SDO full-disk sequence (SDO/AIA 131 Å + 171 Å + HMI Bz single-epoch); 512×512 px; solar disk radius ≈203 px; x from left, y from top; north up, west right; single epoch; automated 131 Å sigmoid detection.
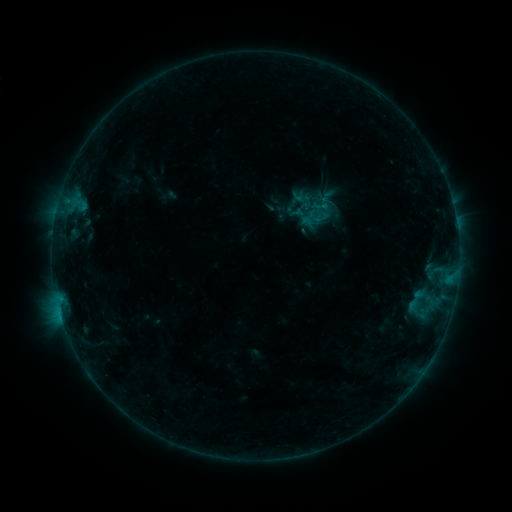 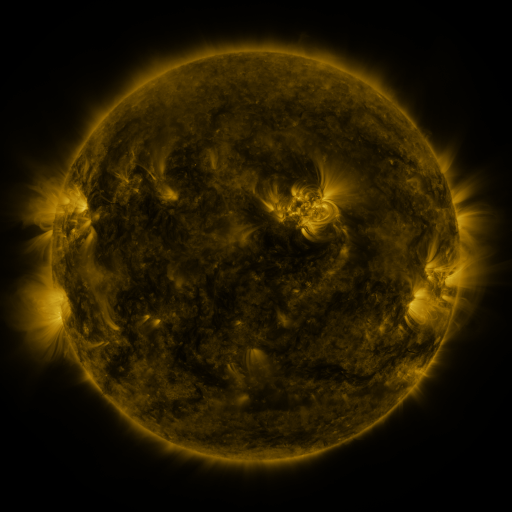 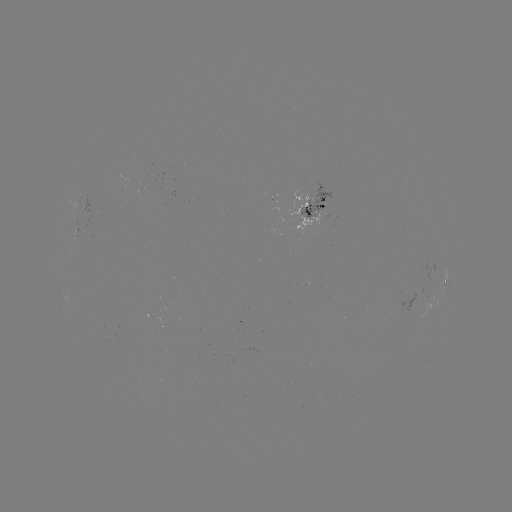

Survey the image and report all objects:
sigmoid: (314, 213)
